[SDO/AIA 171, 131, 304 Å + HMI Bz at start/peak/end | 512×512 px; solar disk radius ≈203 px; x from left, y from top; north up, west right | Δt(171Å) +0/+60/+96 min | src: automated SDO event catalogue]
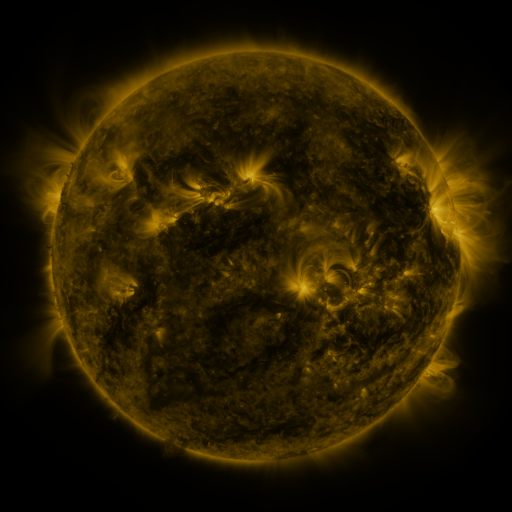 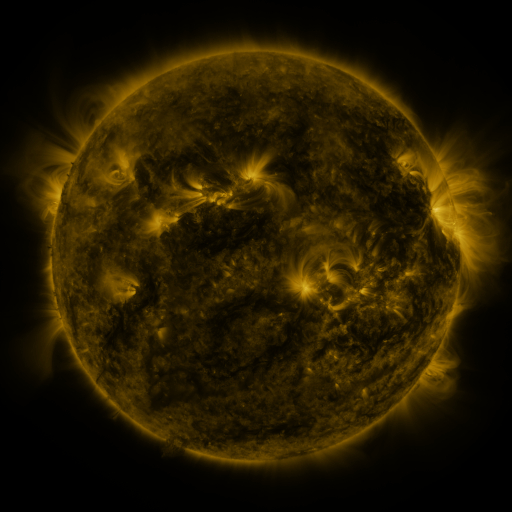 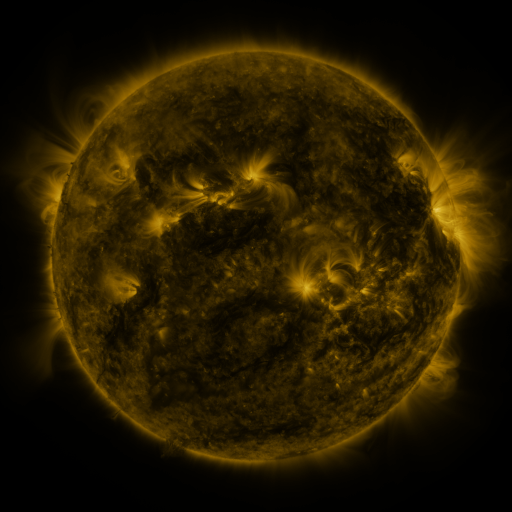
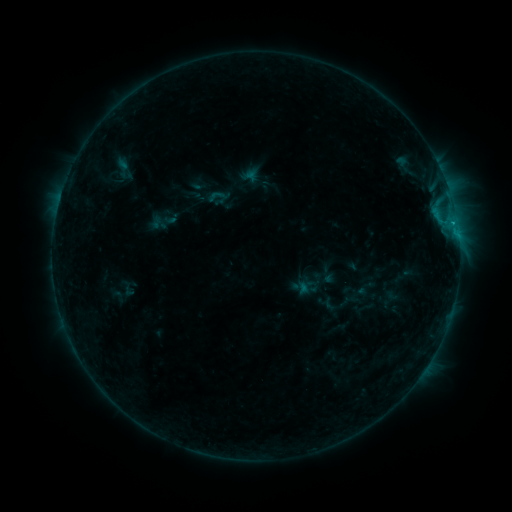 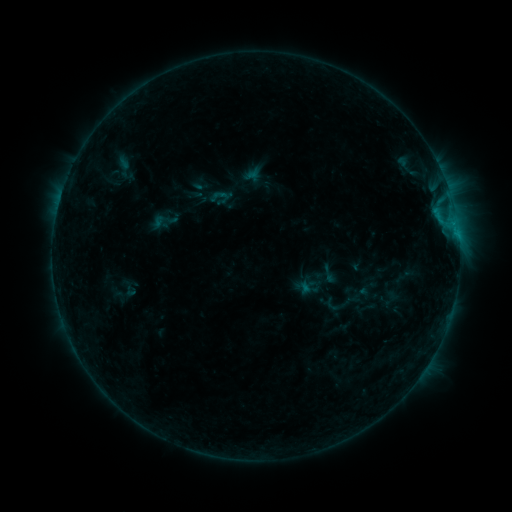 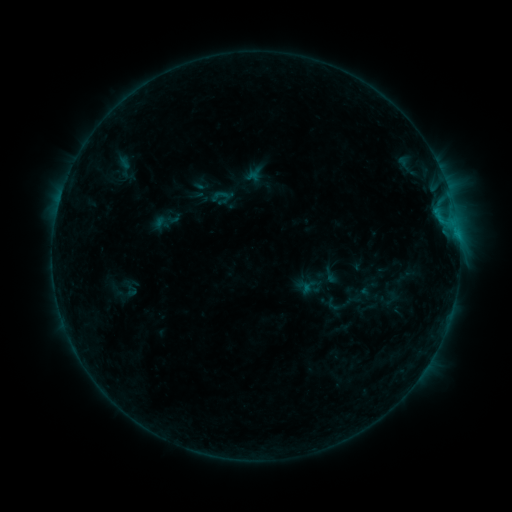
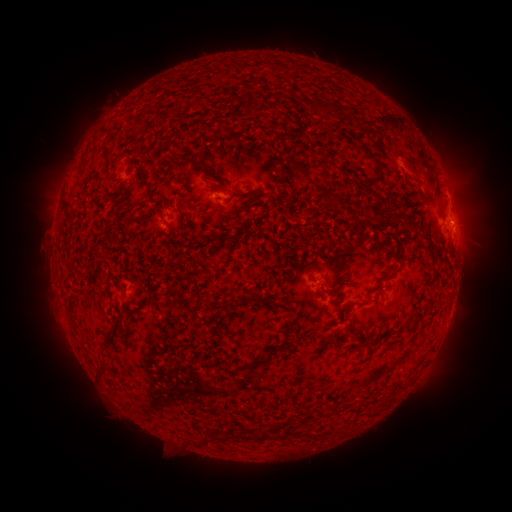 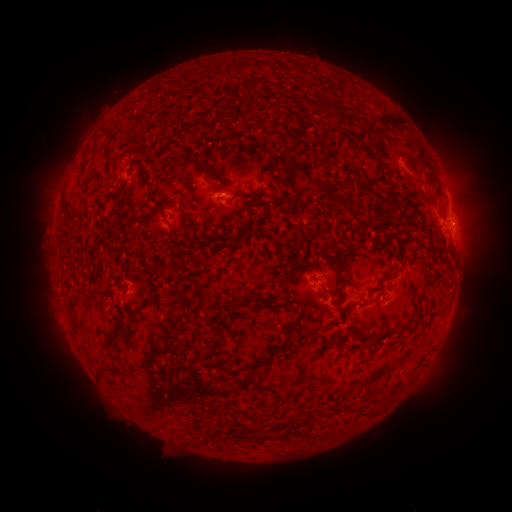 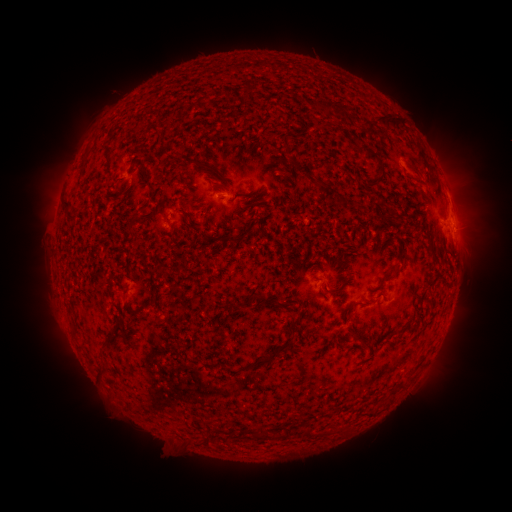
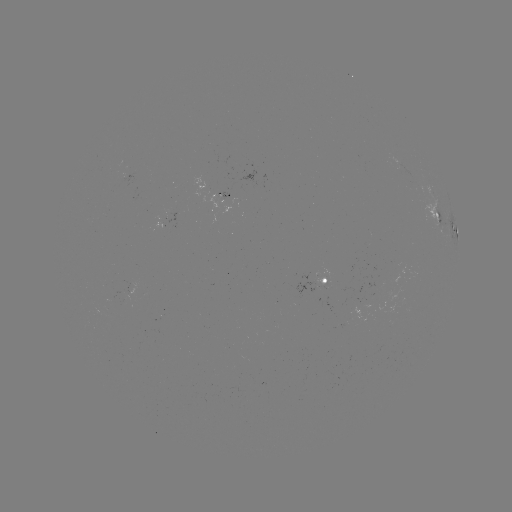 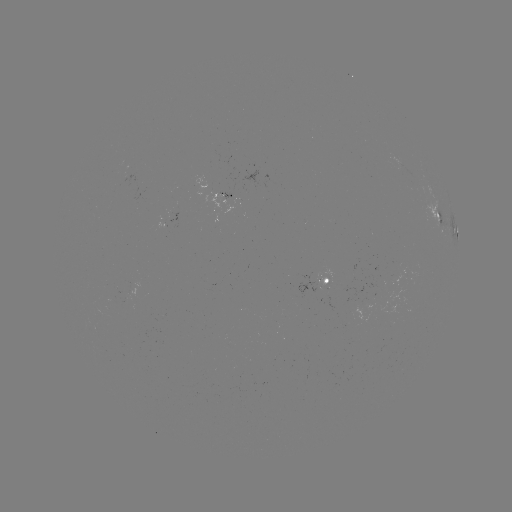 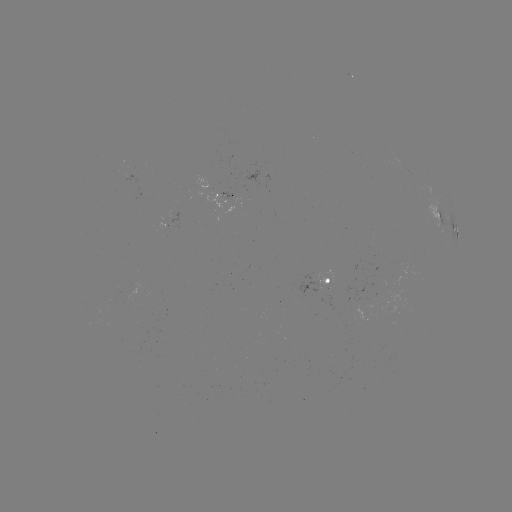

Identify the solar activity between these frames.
emerging-flux region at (224, 197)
